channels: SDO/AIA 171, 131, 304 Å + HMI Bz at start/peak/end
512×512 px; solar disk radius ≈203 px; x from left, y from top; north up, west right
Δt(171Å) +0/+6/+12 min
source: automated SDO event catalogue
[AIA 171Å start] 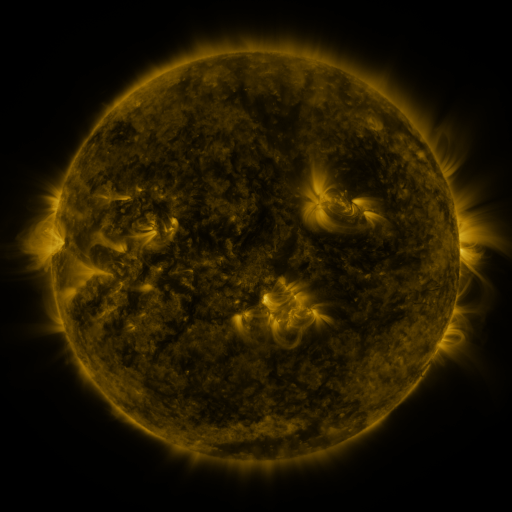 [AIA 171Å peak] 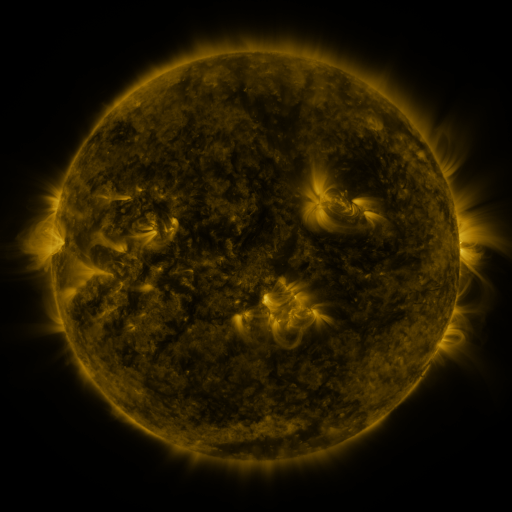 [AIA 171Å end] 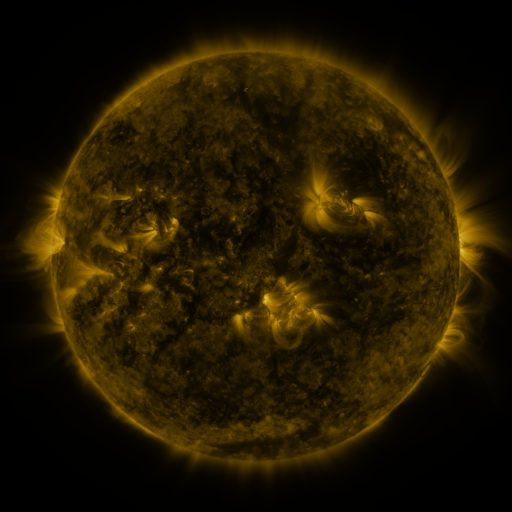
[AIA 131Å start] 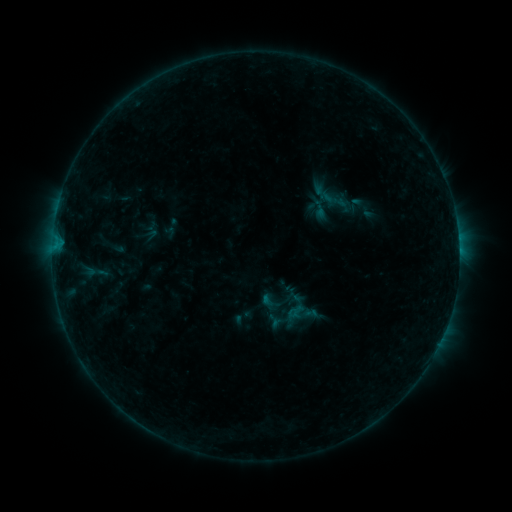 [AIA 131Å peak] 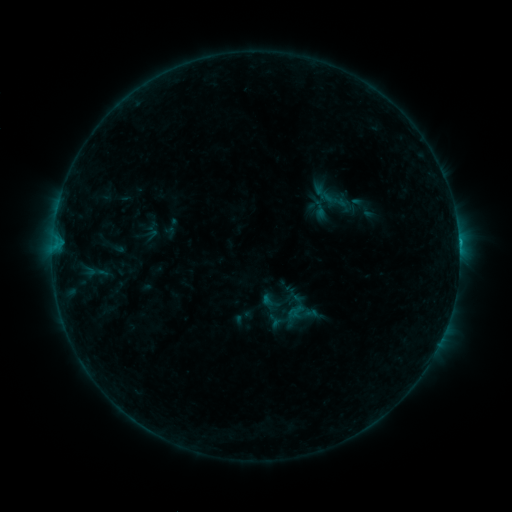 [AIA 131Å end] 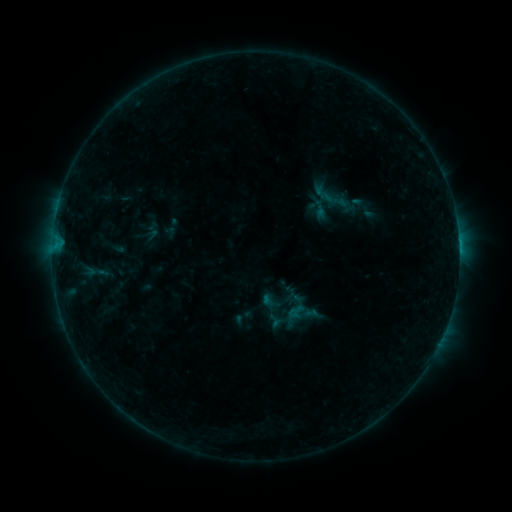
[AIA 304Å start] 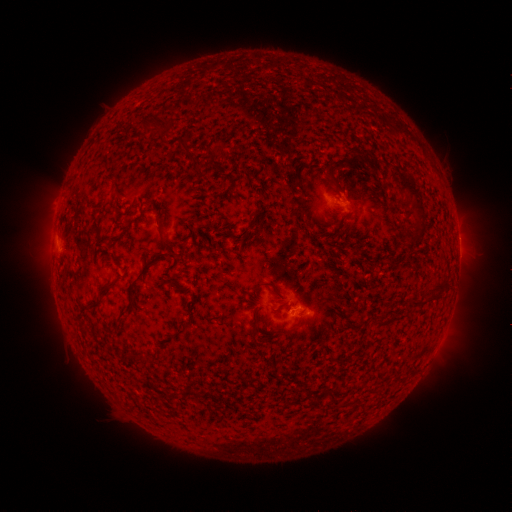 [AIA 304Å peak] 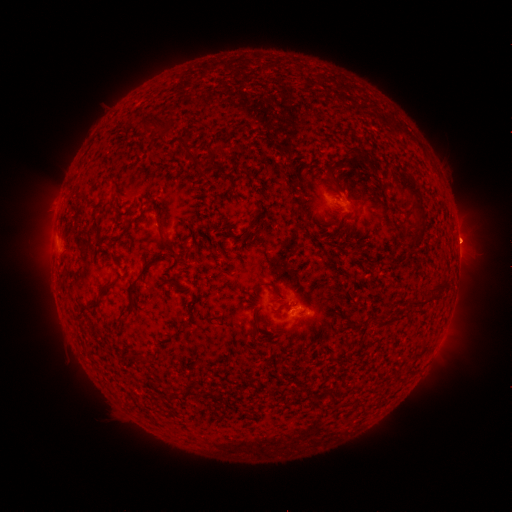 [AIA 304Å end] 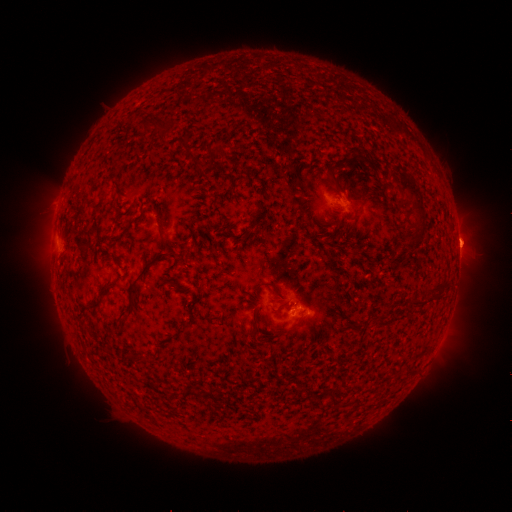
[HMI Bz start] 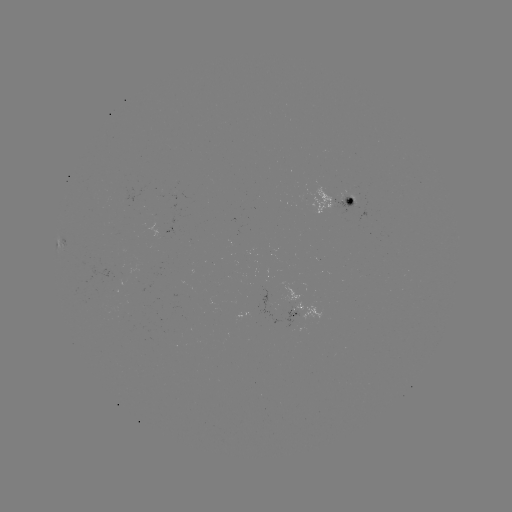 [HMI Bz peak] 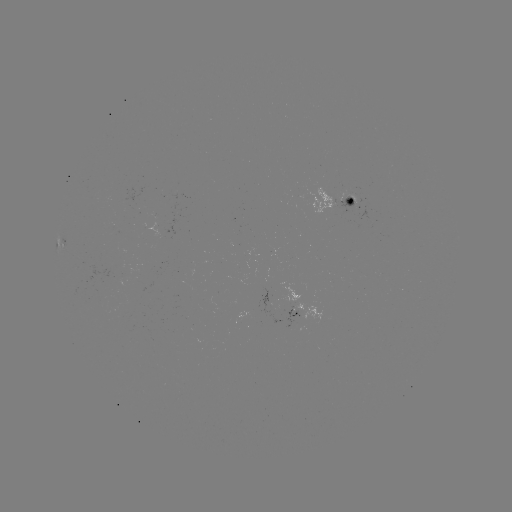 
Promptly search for eruption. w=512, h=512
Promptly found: [468, 248].